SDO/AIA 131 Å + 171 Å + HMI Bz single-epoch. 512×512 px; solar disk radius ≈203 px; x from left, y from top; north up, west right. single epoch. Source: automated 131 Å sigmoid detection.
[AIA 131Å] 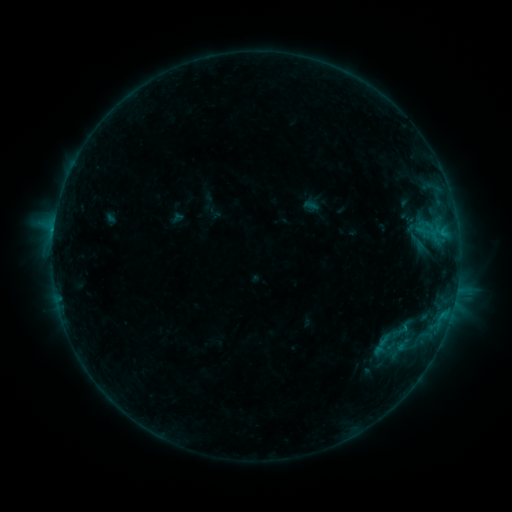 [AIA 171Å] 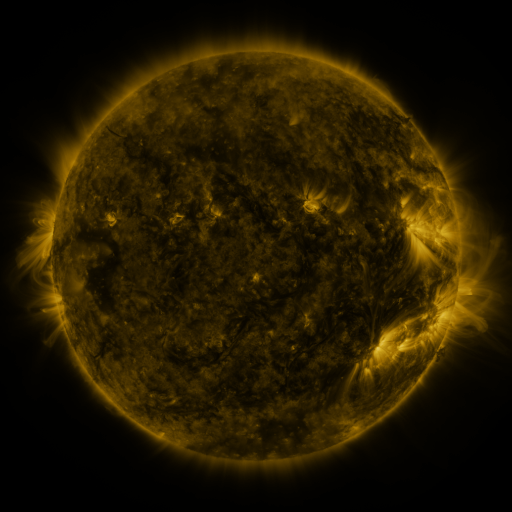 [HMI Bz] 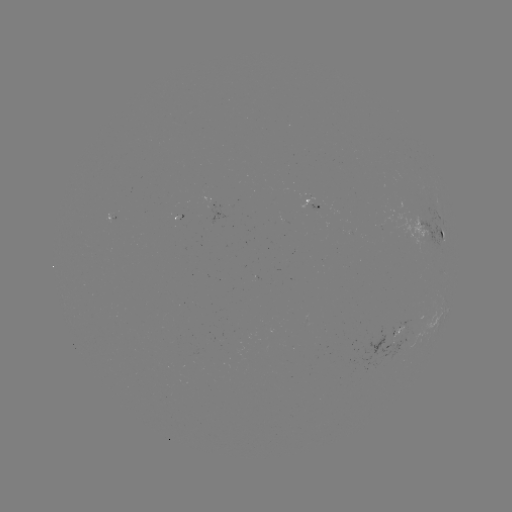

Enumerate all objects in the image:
sigmoid: (419, 242)
